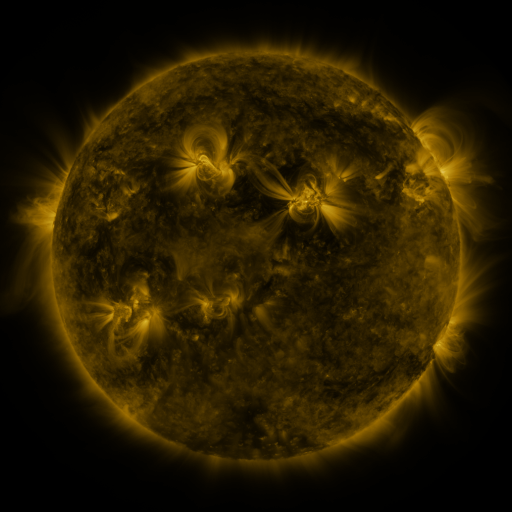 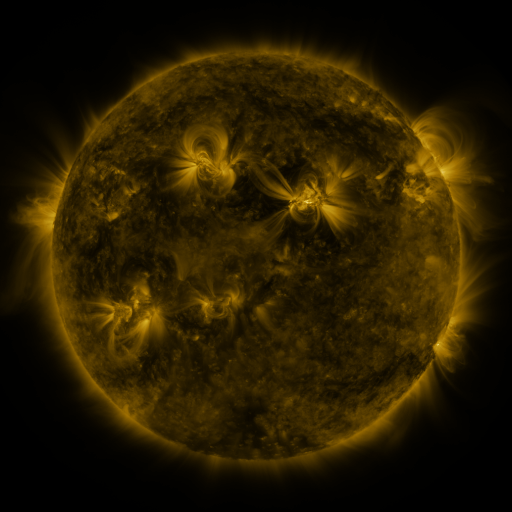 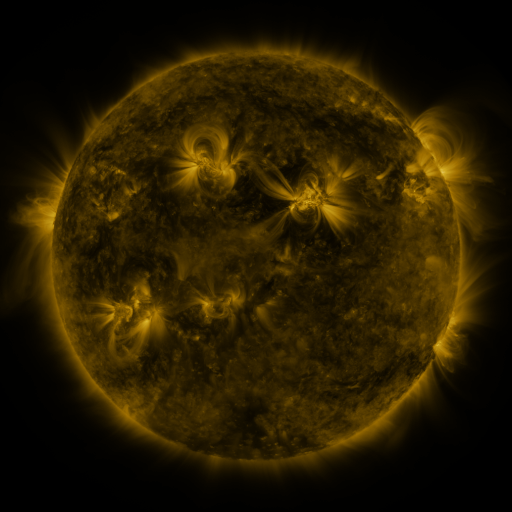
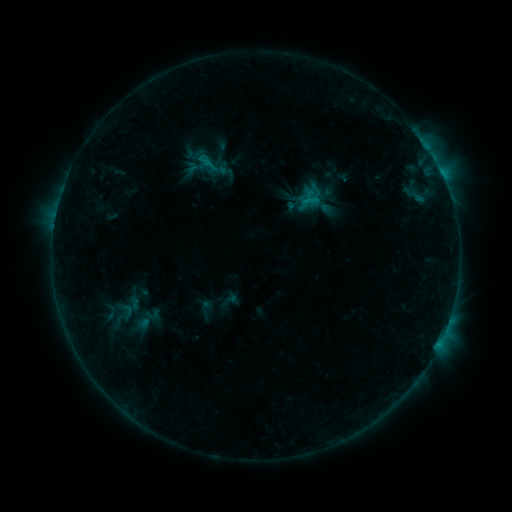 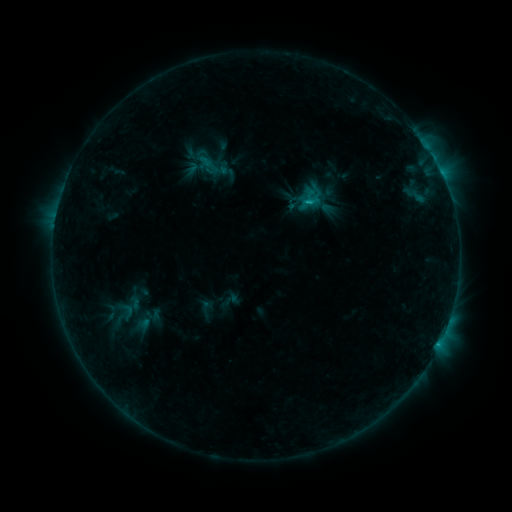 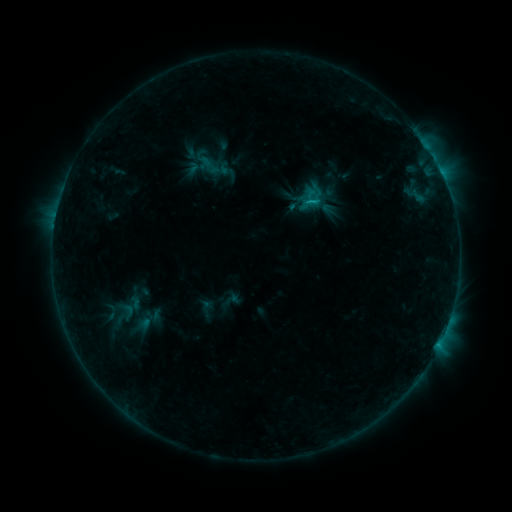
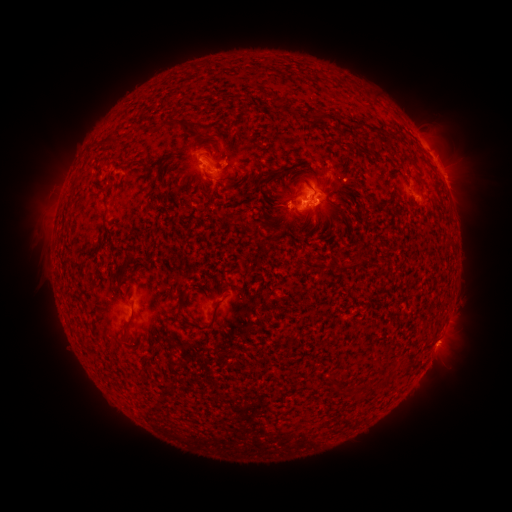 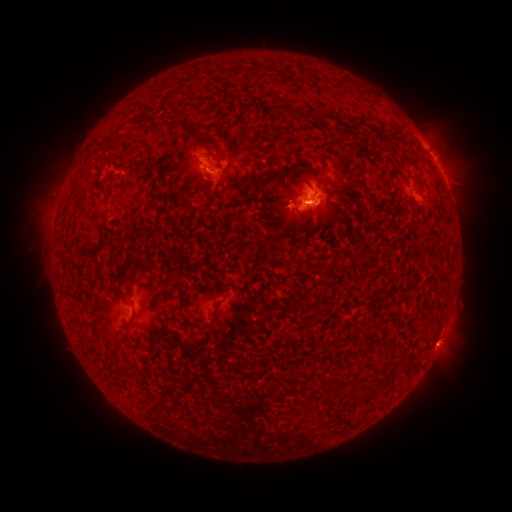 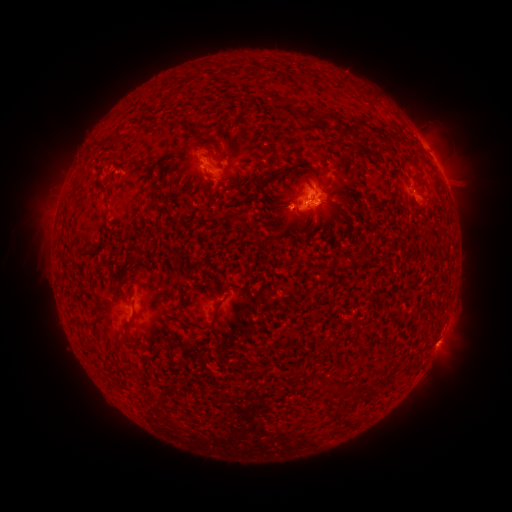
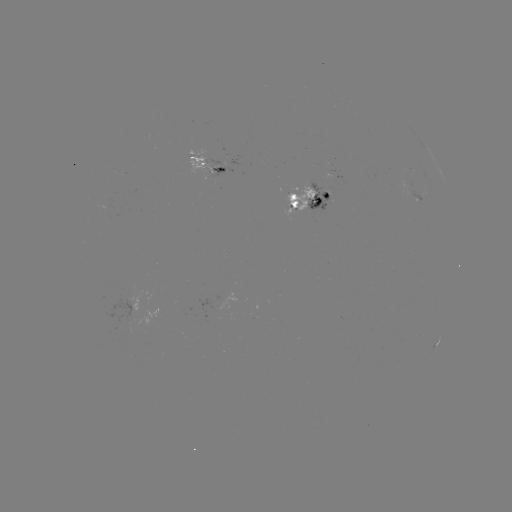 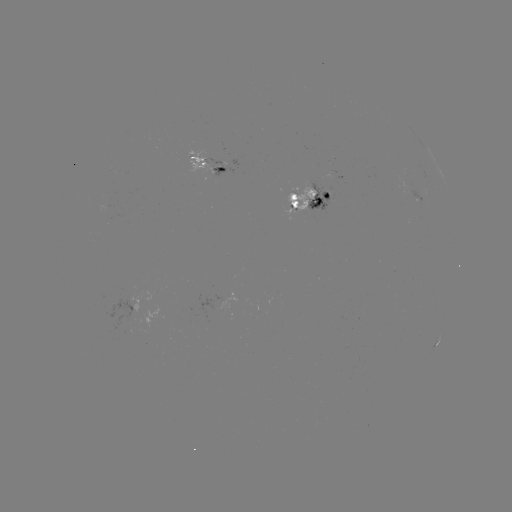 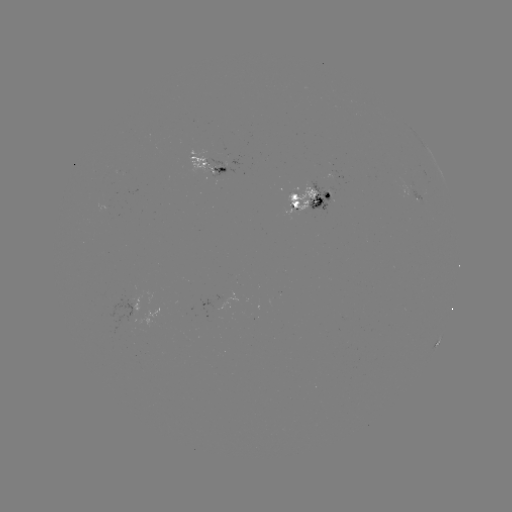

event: emerging-flux region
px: (324, 197)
